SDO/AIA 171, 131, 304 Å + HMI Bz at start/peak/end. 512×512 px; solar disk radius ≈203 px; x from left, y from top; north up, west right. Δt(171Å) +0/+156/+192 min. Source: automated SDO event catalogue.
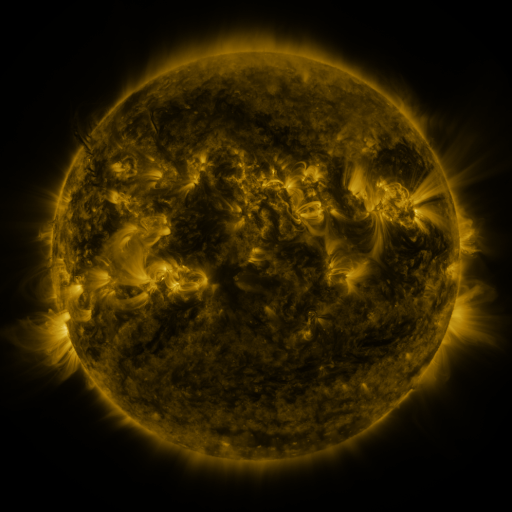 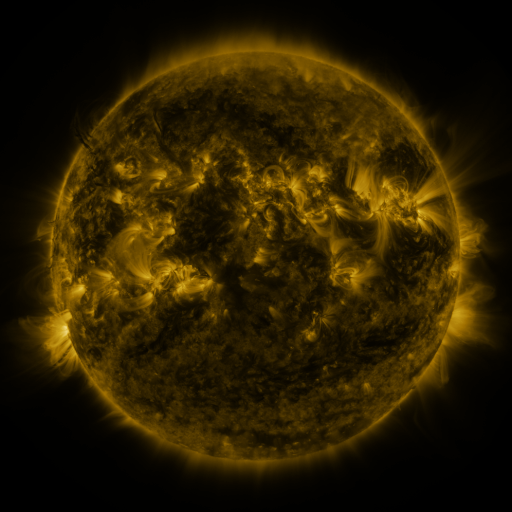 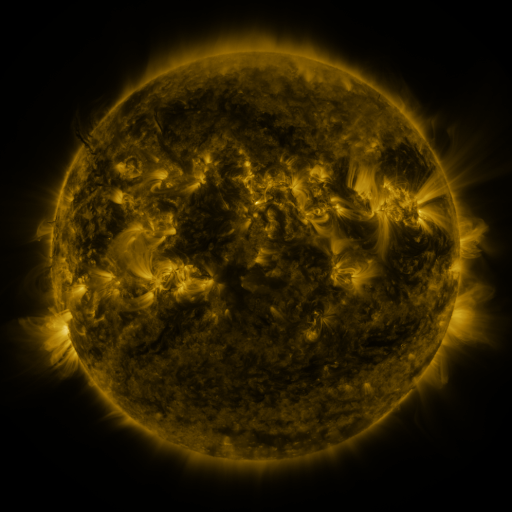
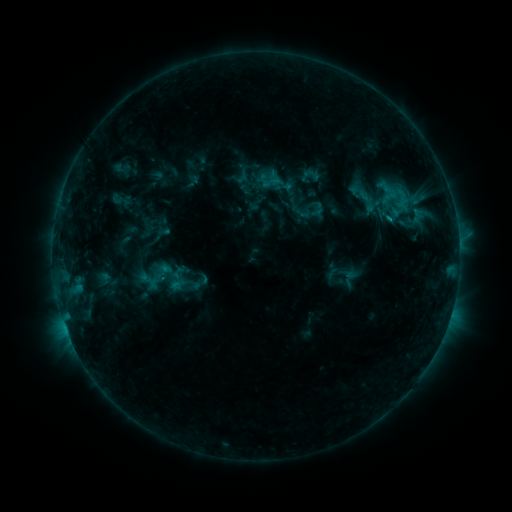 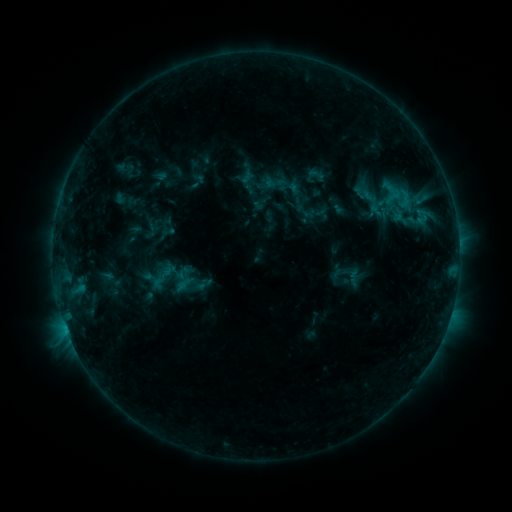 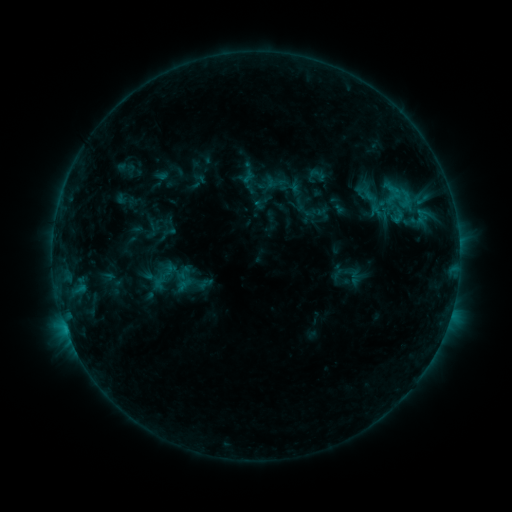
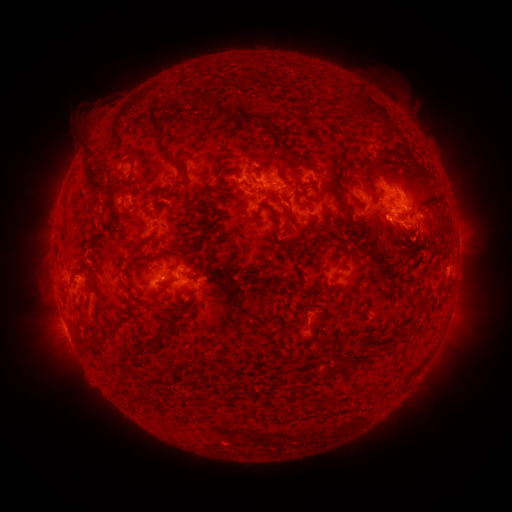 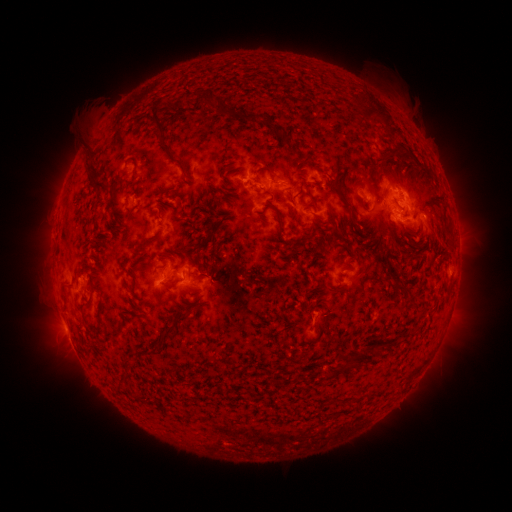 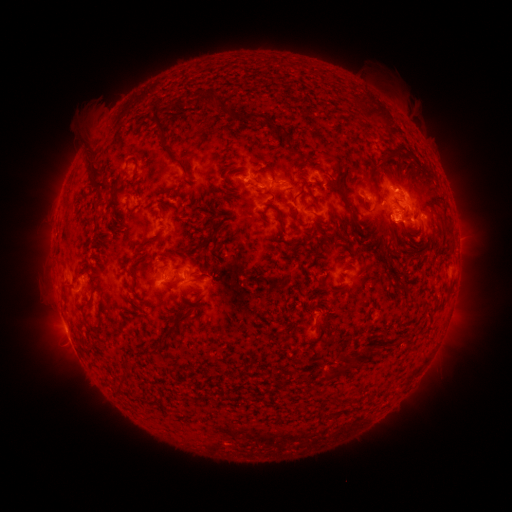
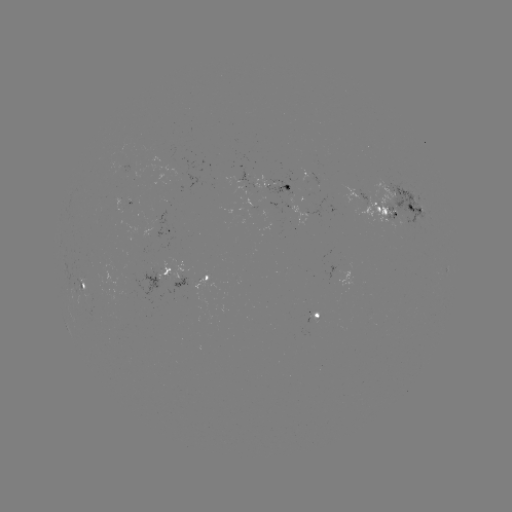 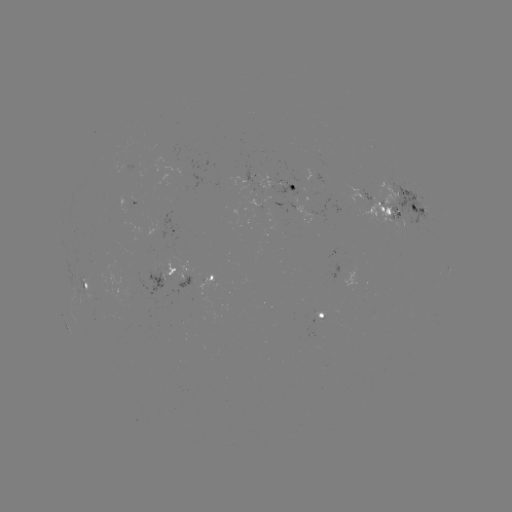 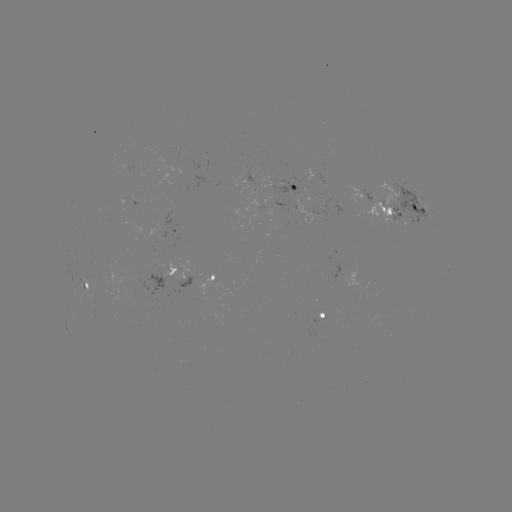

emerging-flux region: [256, 175, 273, 189]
